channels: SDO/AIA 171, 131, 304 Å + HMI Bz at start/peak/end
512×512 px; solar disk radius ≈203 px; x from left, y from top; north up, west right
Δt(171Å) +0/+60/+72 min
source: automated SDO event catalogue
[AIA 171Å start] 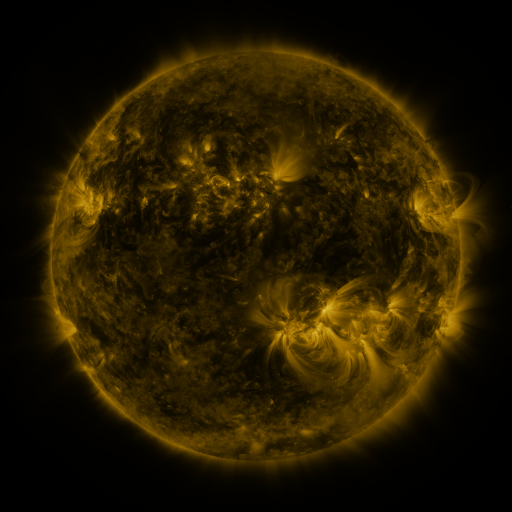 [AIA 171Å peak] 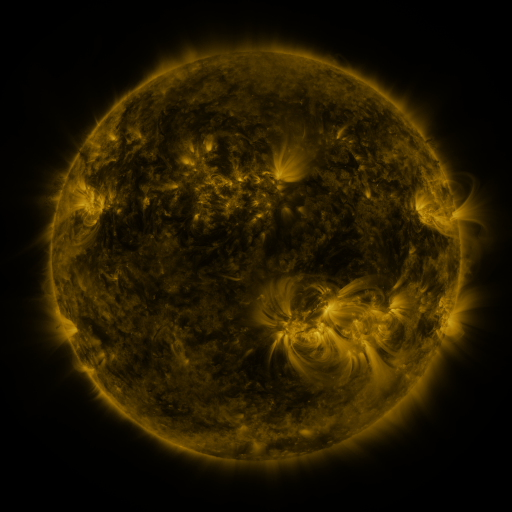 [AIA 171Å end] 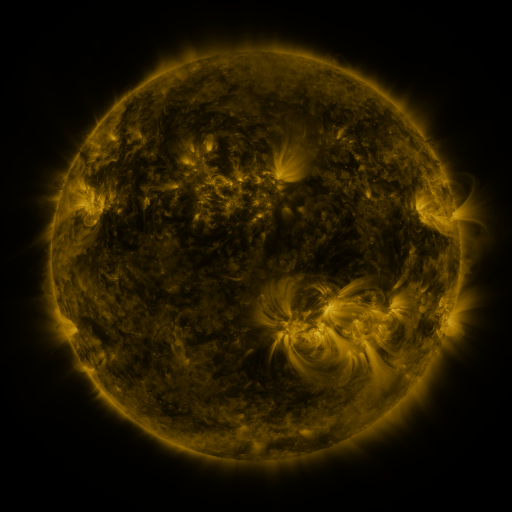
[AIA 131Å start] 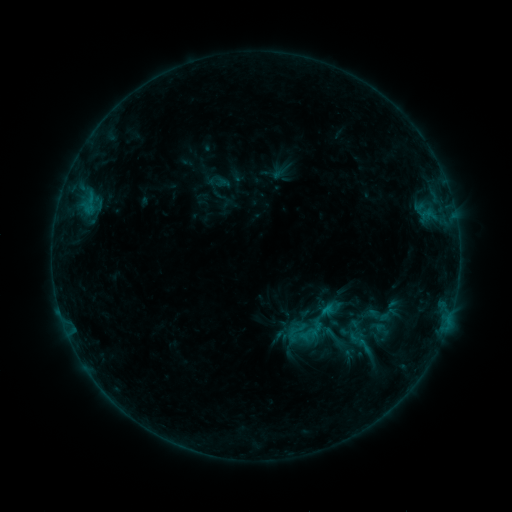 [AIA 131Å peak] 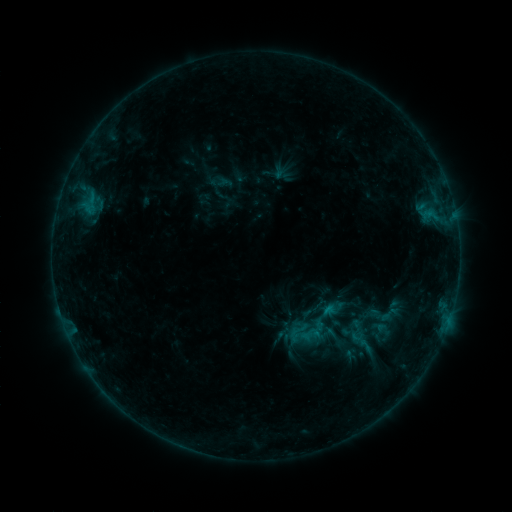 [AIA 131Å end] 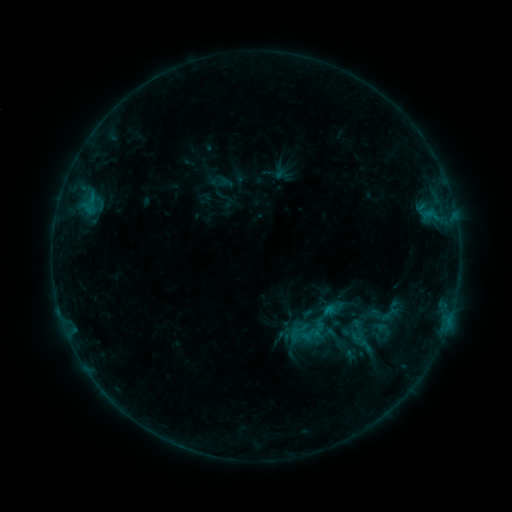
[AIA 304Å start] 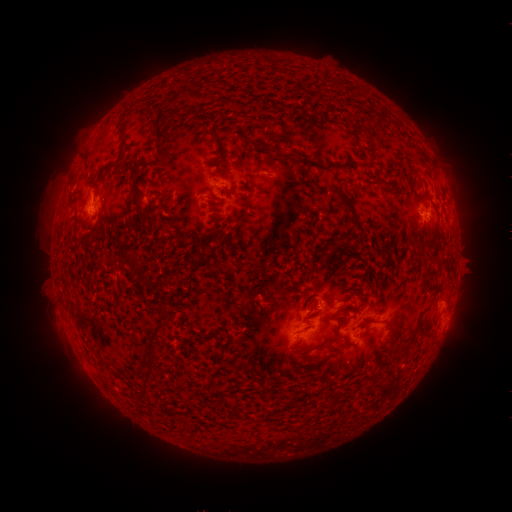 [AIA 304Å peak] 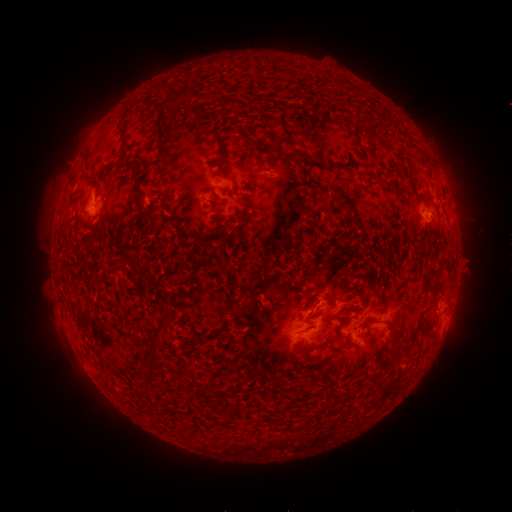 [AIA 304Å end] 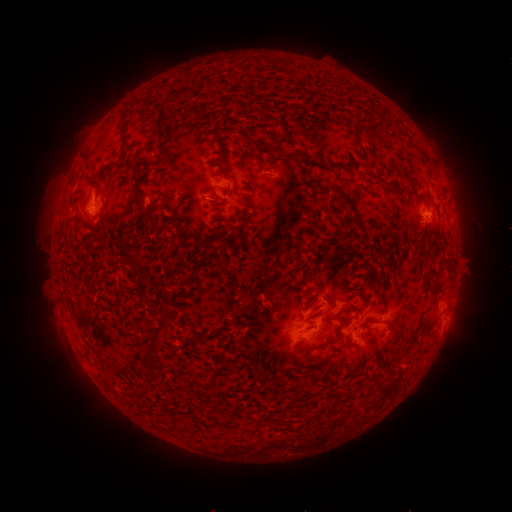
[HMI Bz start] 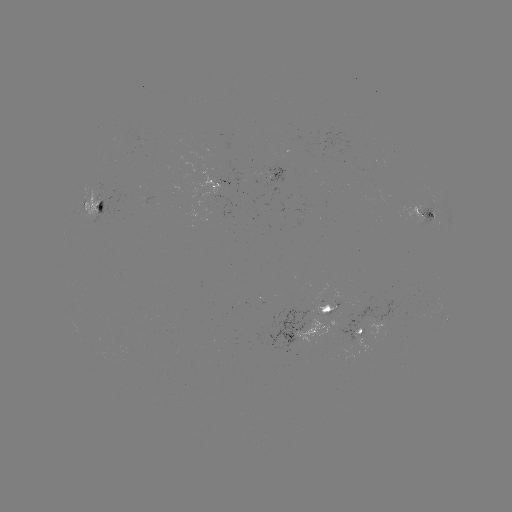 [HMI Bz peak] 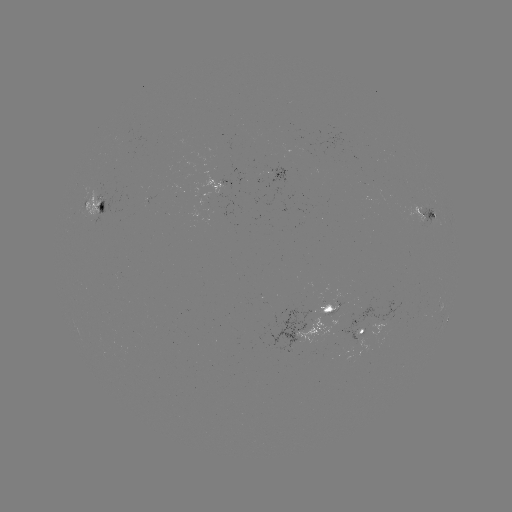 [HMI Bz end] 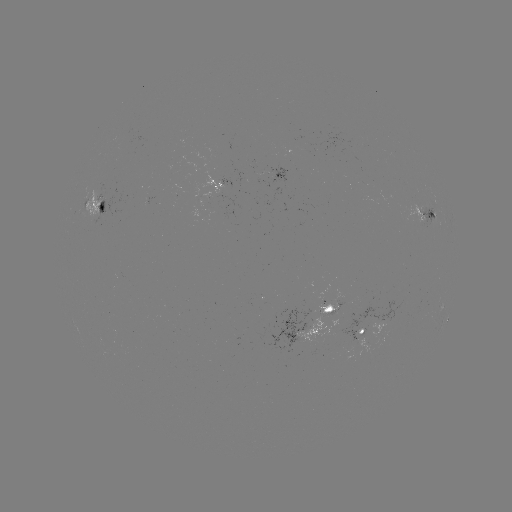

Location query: emerging-flux region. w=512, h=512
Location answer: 264,173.